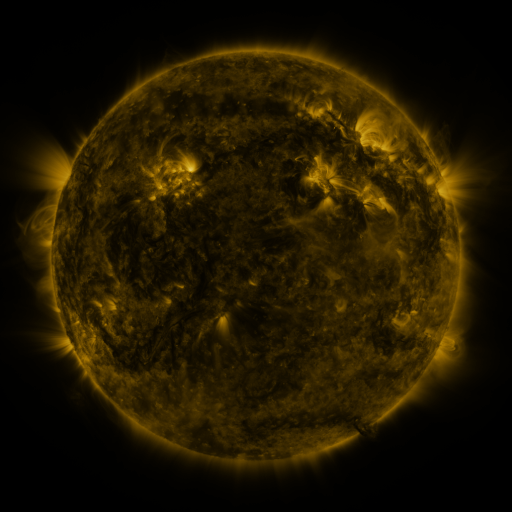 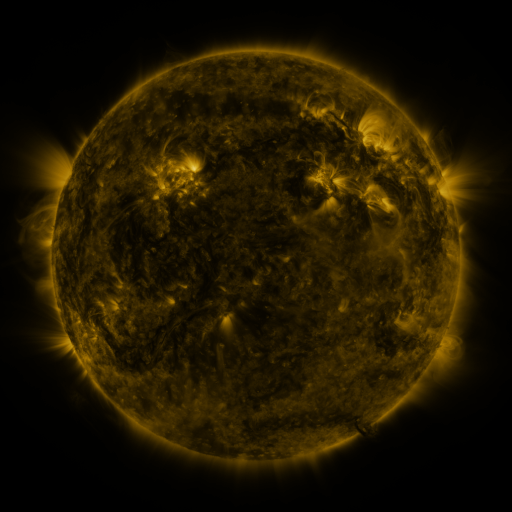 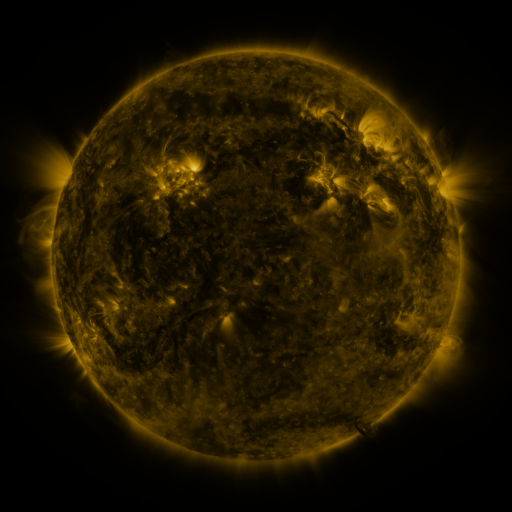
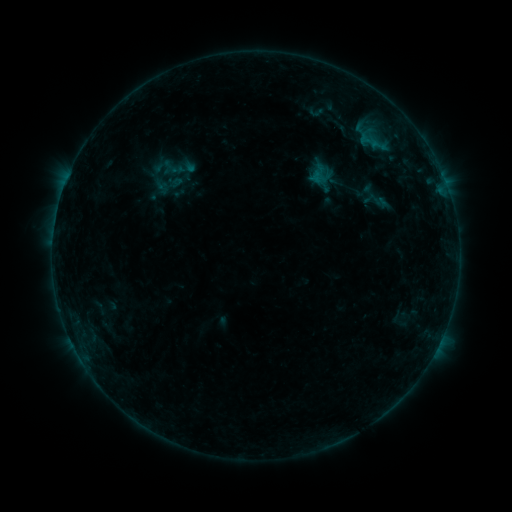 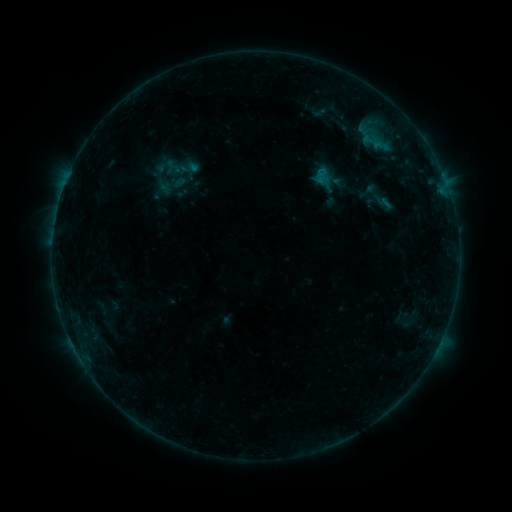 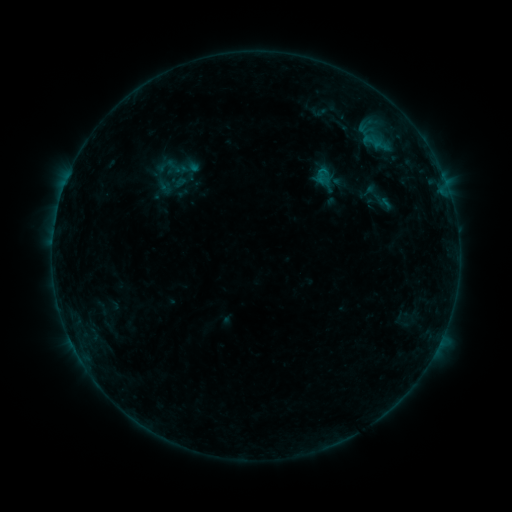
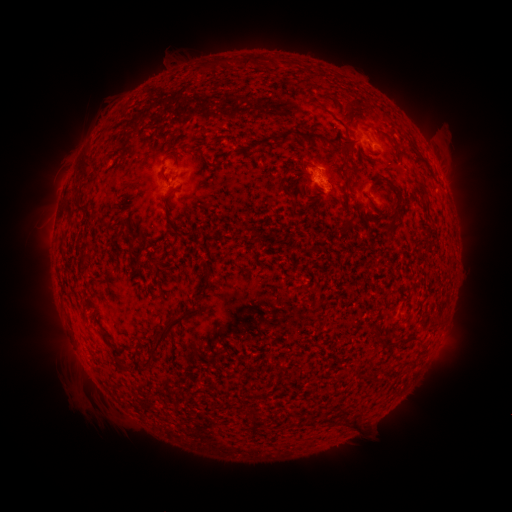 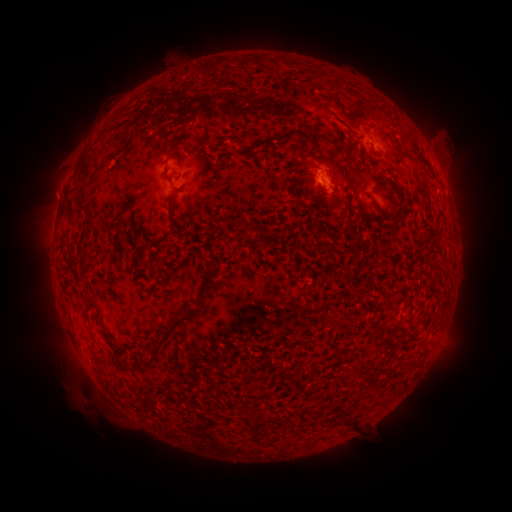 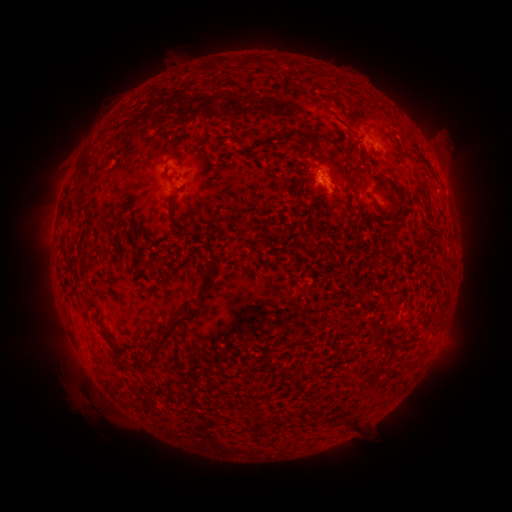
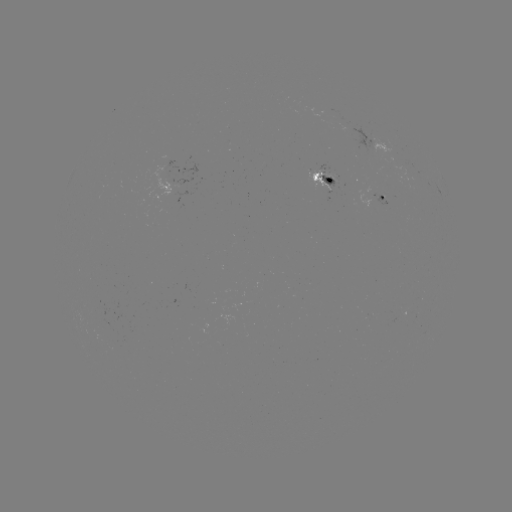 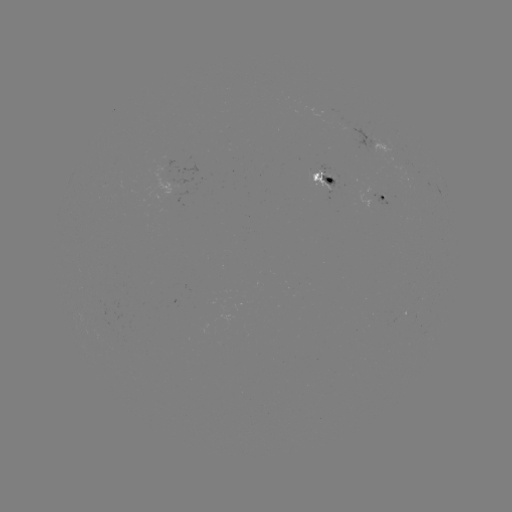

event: emerging-flux region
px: (381, 195)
